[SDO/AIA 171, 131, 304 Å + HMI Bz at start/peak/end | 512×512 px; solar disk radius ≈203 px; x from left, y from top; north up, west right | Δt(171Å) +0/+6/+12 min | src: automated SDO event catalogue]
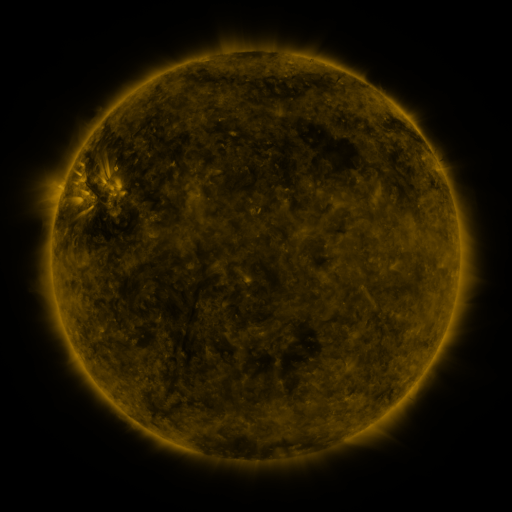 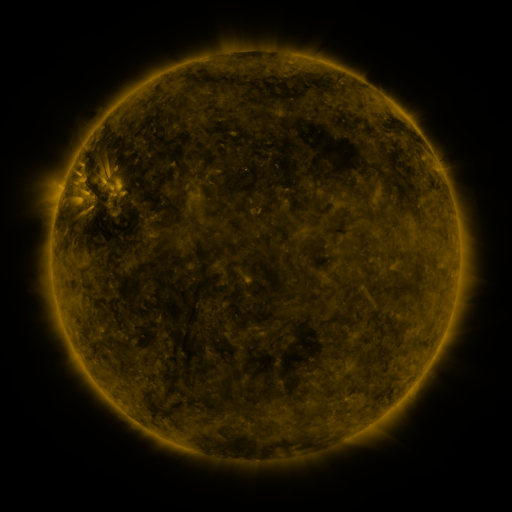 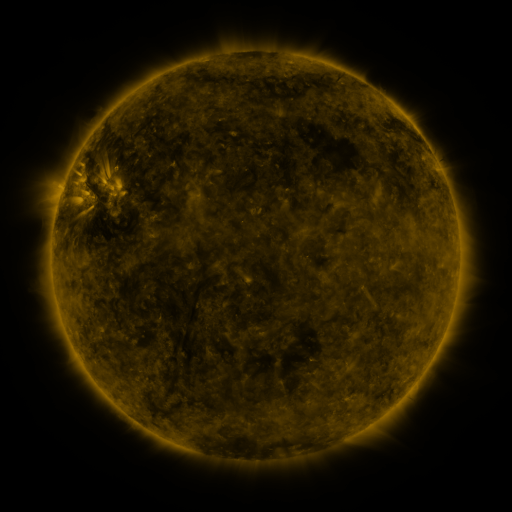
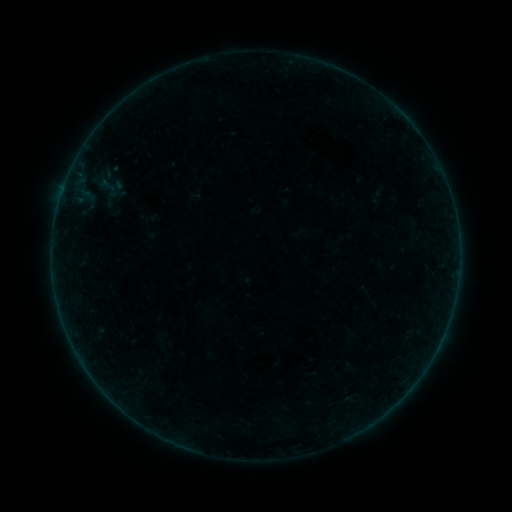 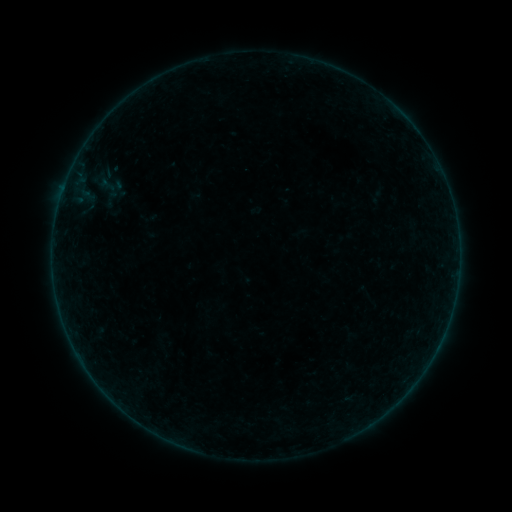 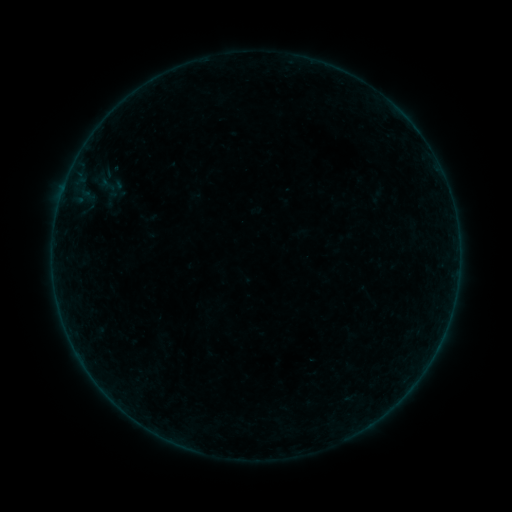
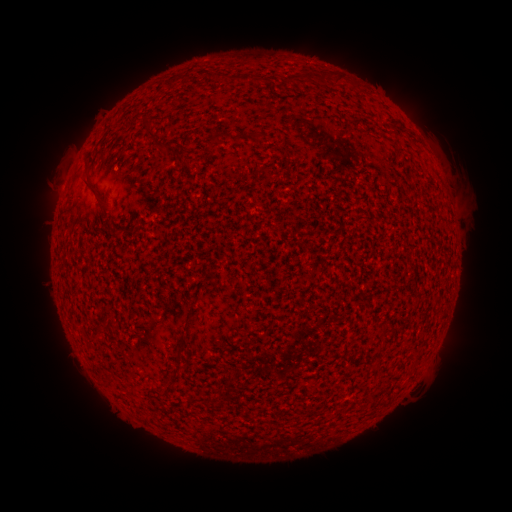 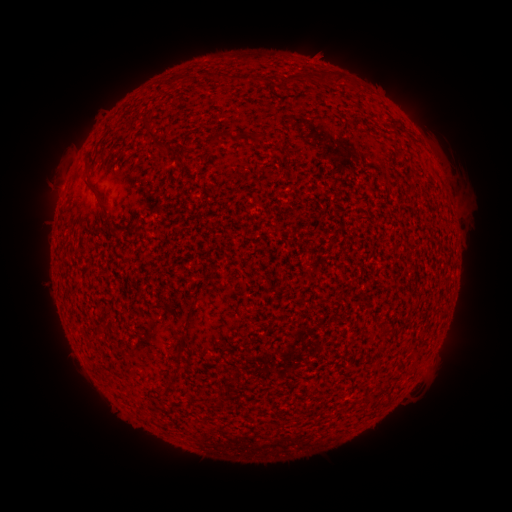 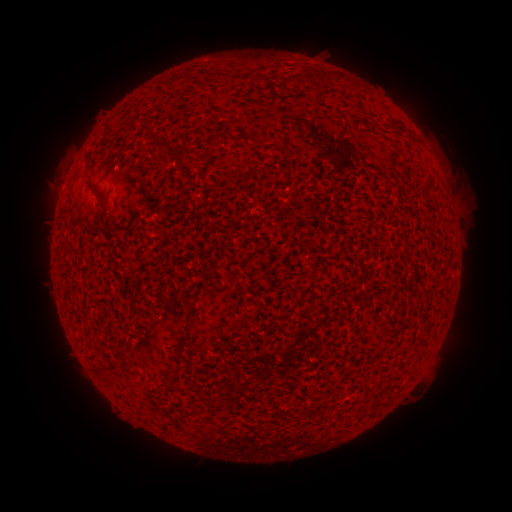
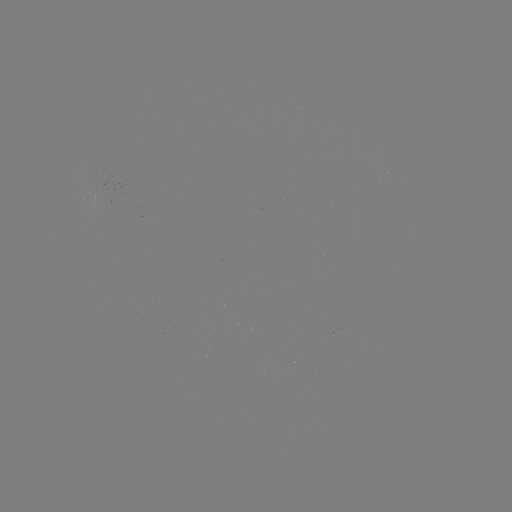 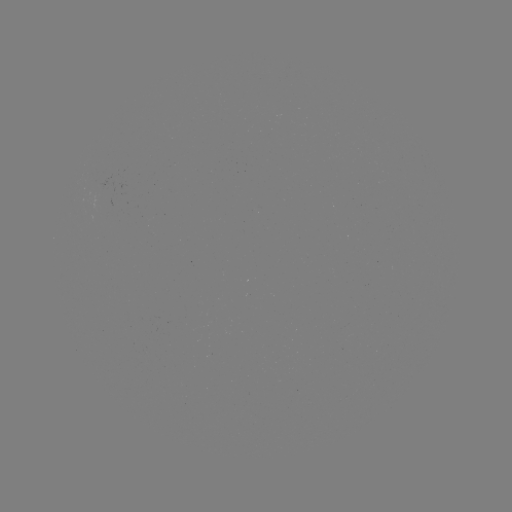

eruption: (297, 26, 346, 75)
